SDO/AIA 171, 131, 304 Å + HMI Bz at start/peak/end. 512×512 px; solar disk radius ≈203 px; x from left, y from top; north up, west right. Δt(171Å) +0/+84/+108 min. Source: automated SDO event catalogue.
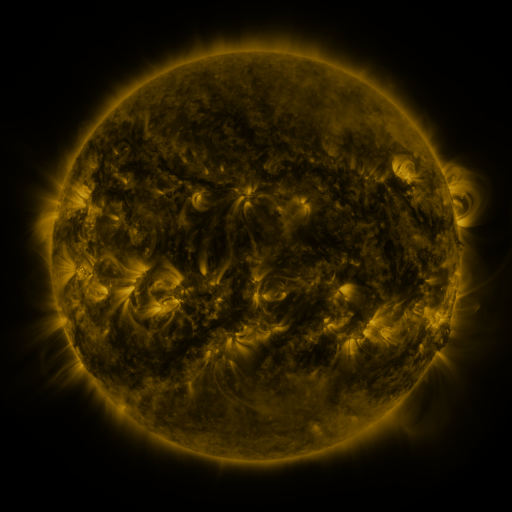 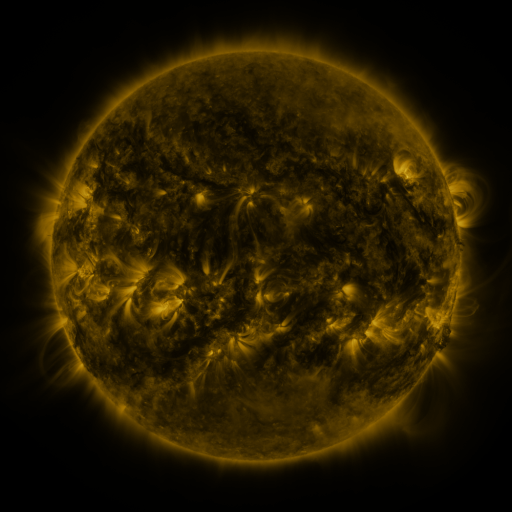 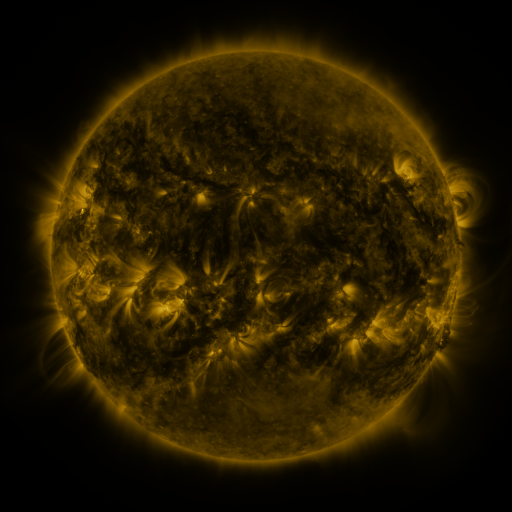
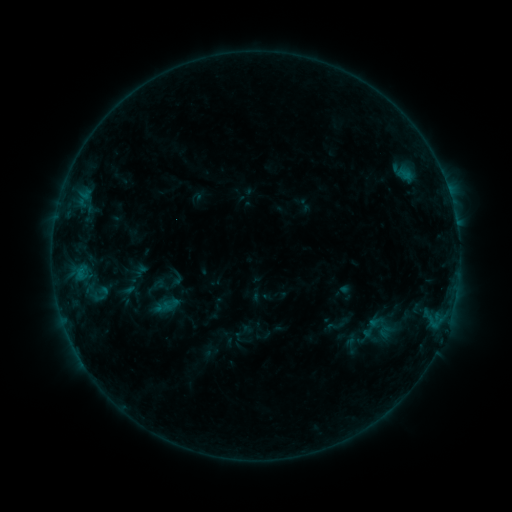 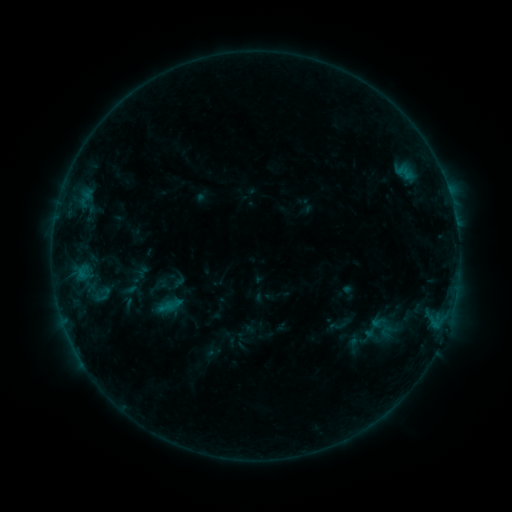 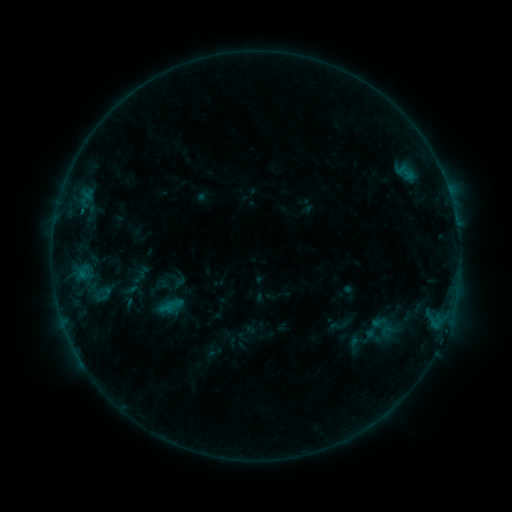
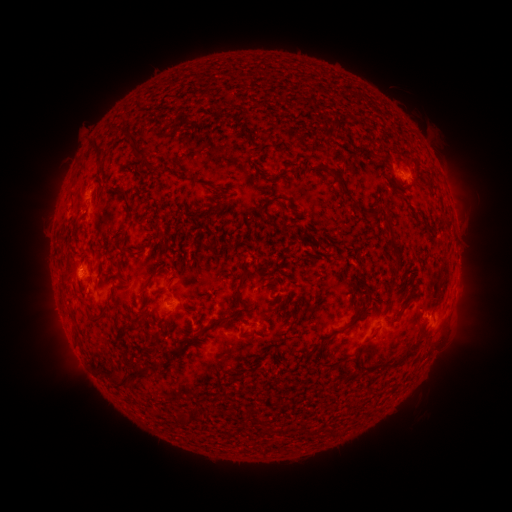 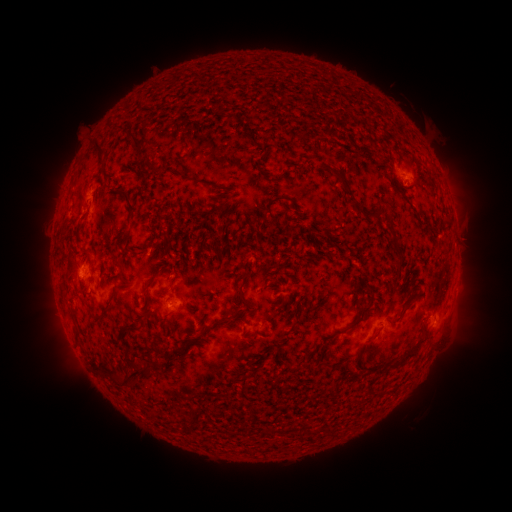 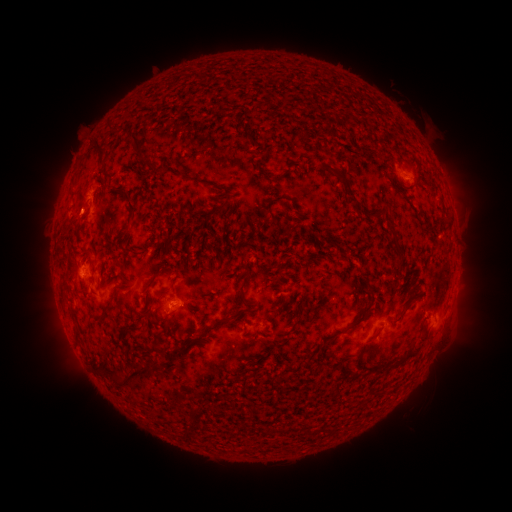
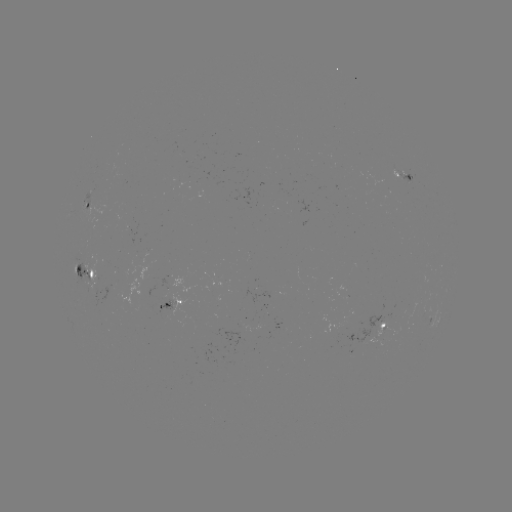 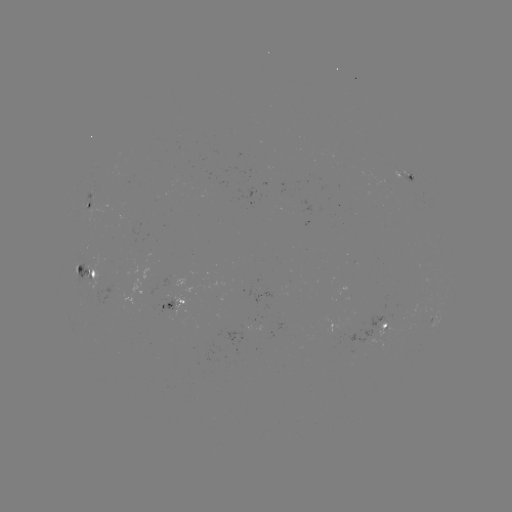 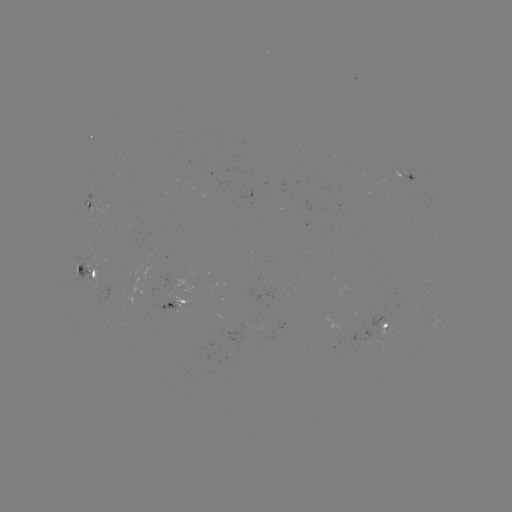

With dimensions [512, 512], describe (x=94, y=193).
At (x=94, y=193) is emerging-flux region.